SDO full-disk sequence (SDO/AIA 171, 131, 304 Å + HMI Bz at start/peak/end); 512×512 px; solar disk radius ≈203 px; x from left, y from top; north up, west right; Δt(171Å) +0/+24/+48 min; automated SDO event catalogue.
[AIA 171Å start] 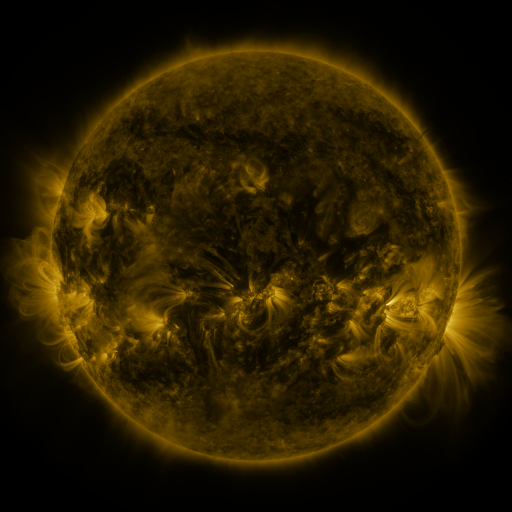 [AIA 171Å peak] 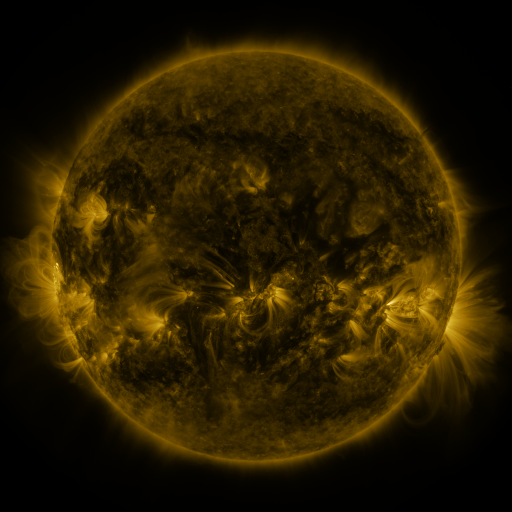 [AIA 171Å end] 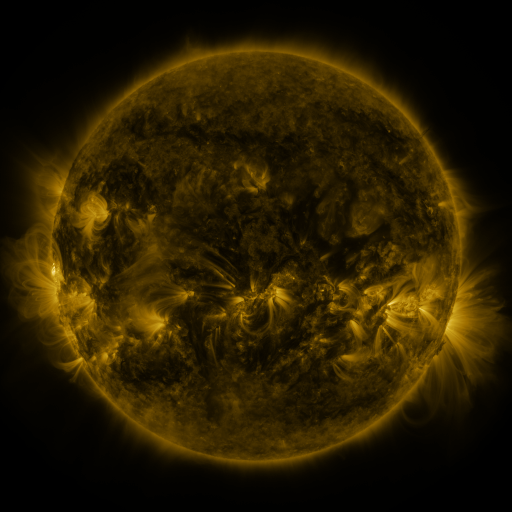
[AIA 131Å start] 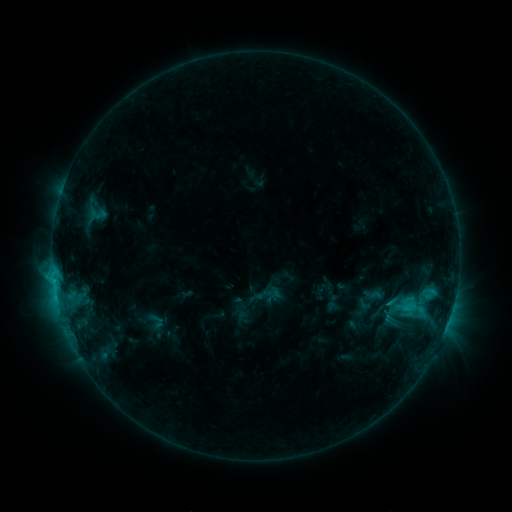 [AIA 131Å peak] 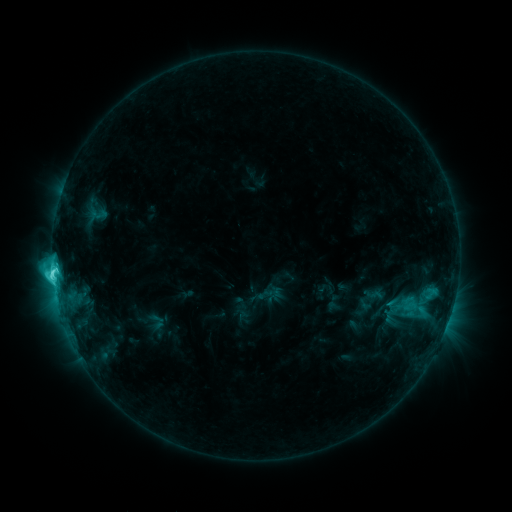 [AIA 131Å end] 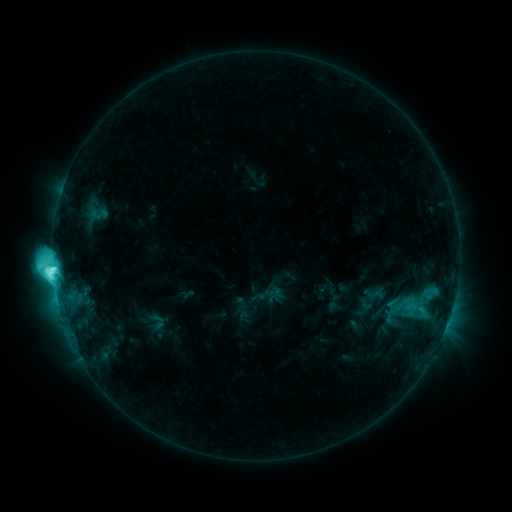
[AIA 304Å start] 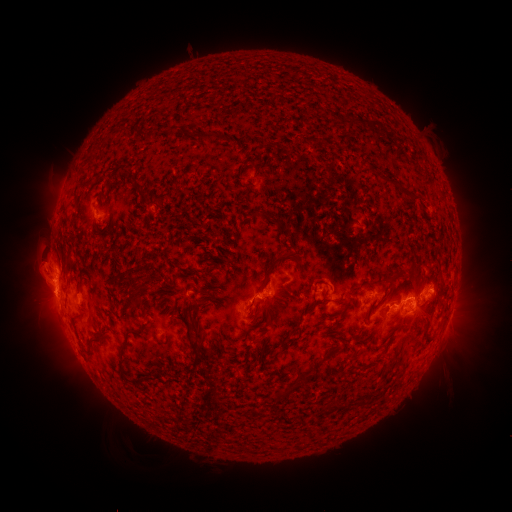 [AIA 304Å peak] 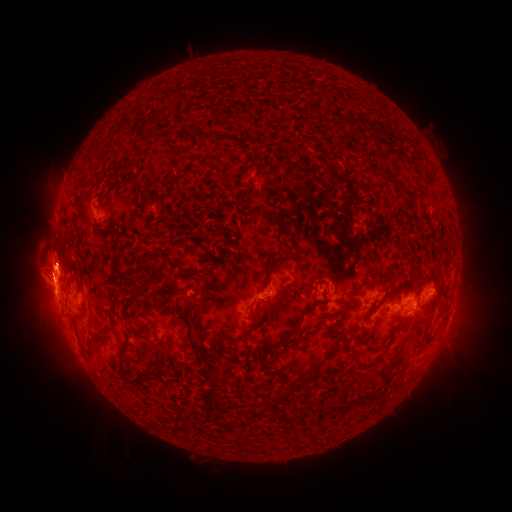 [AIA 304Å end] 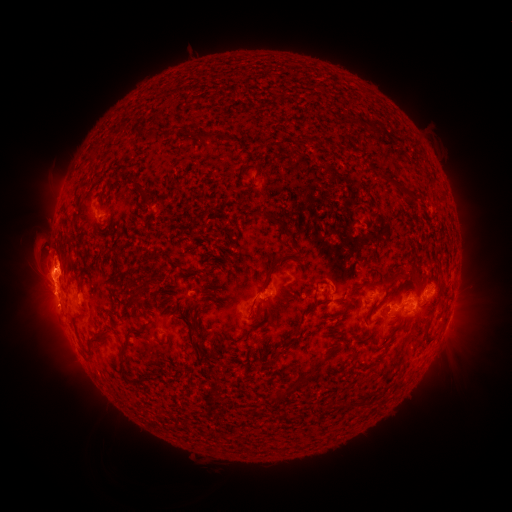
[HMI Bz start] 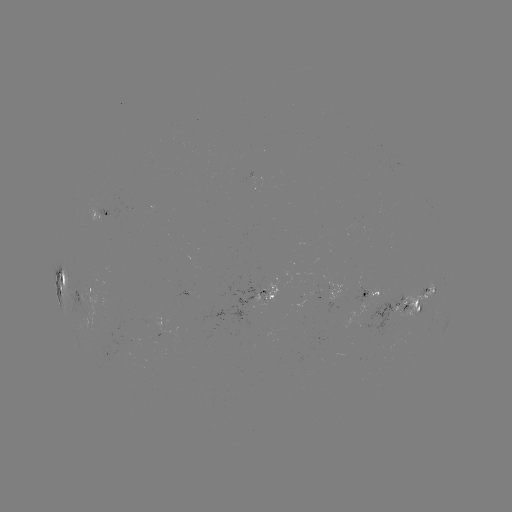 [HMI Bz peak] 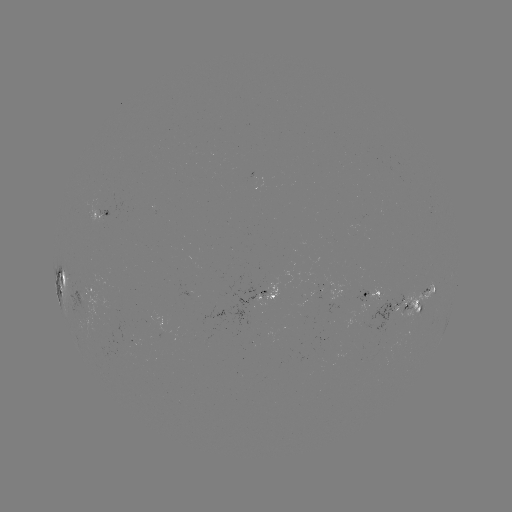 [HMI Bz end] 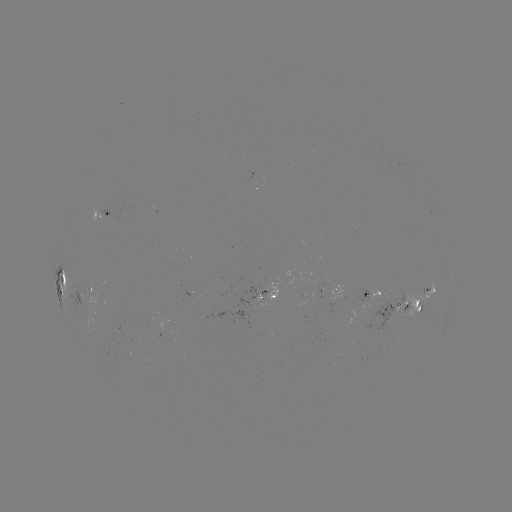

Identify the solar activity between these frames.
eruption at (44, 263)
